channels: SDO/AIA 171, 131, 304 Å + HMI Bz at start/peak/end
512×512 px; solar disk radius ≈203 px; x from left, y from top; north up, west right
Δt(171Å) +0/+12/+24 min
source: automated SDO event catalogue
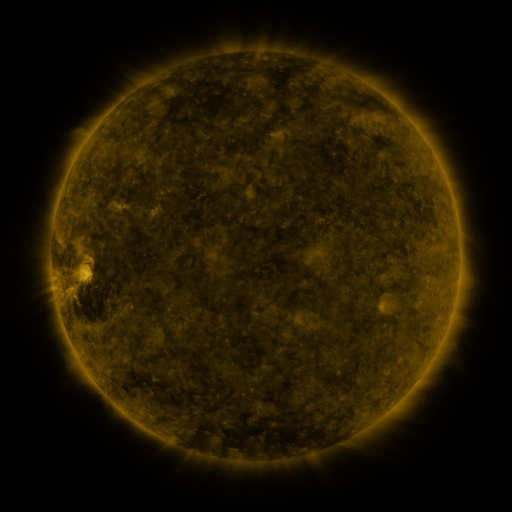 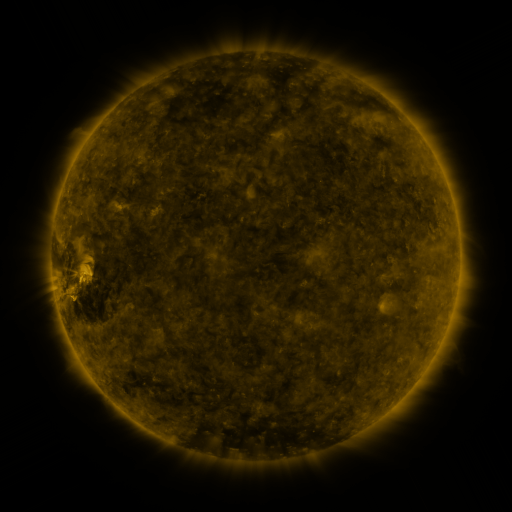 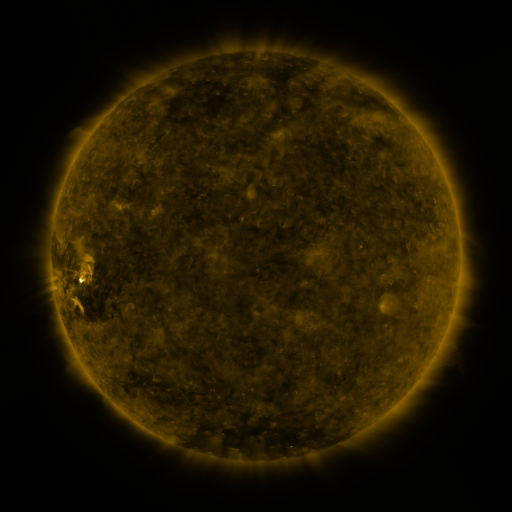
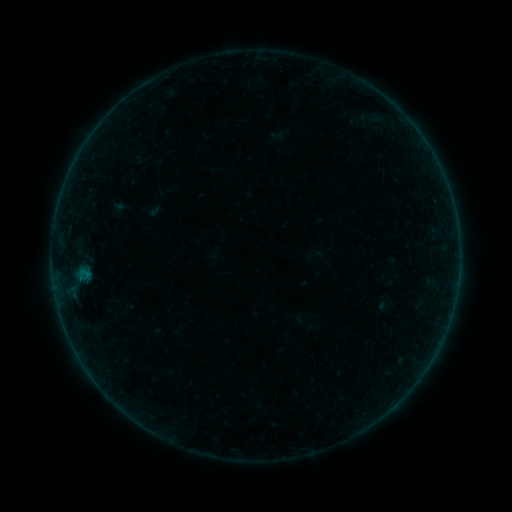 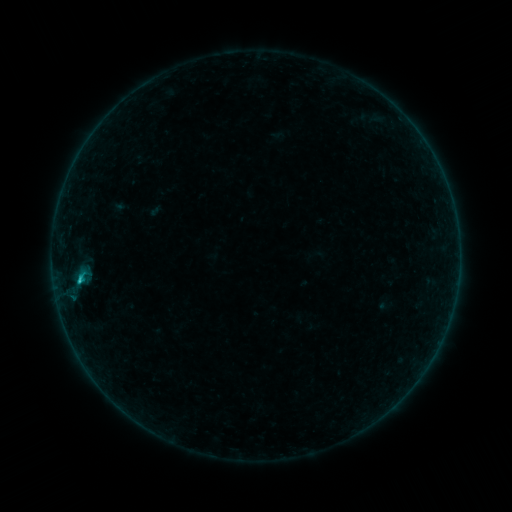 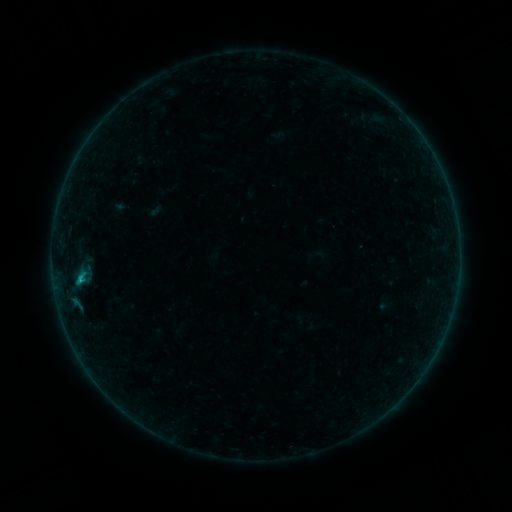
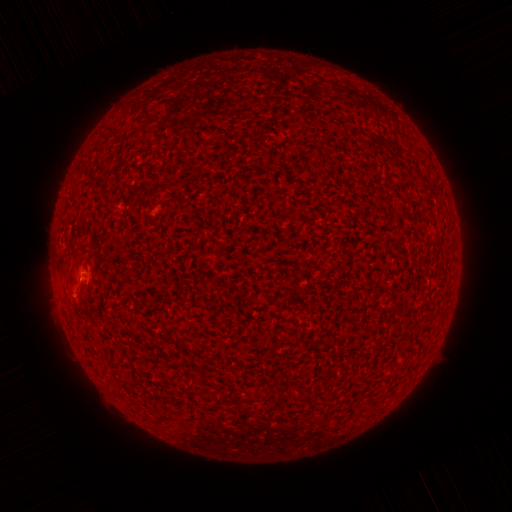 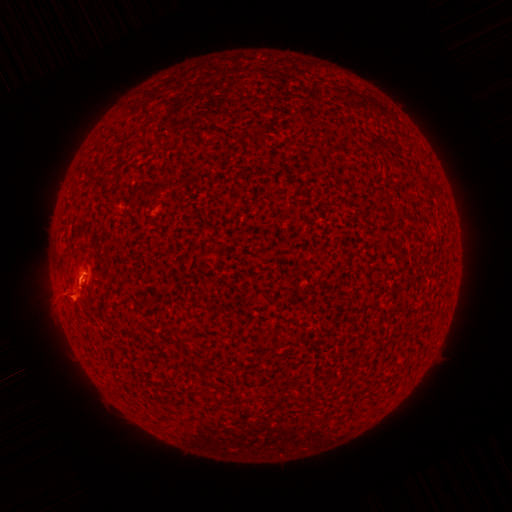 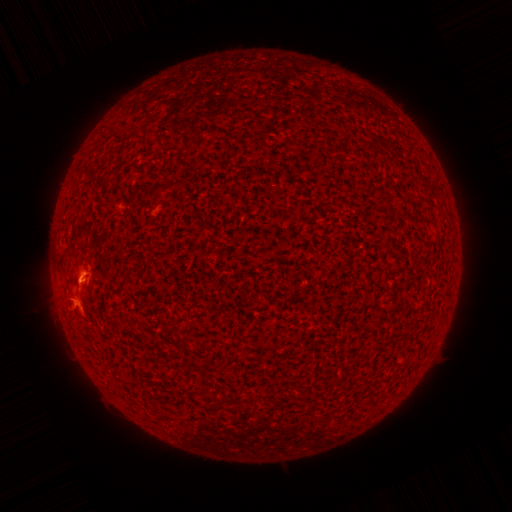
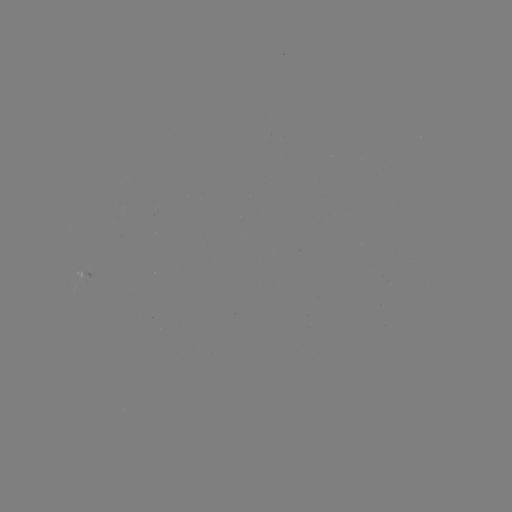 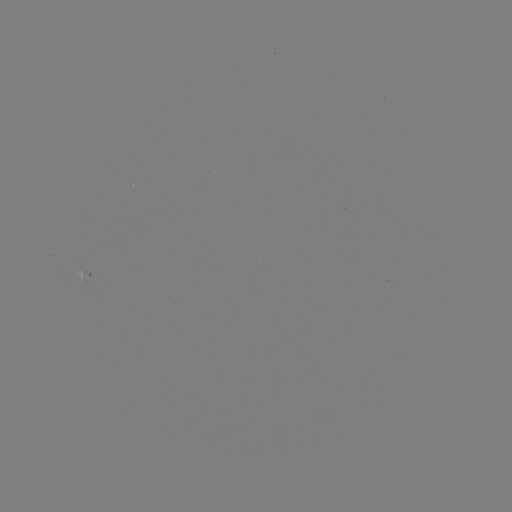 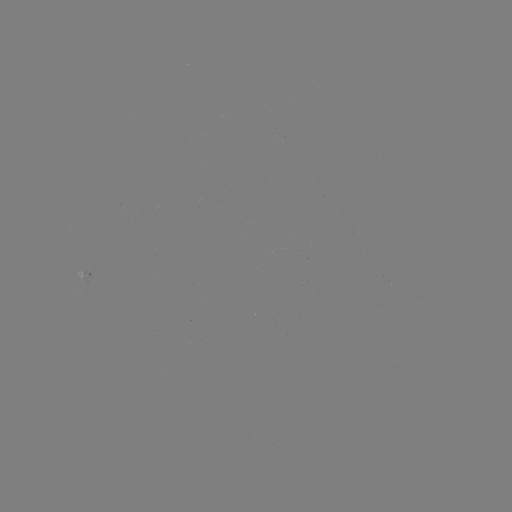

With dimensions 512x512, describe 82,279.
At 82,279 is B7.1 flare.